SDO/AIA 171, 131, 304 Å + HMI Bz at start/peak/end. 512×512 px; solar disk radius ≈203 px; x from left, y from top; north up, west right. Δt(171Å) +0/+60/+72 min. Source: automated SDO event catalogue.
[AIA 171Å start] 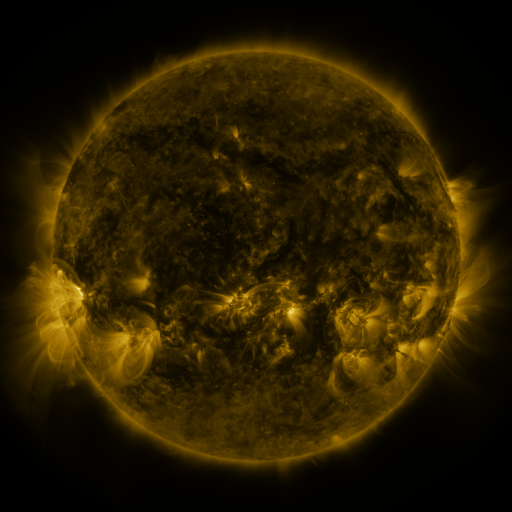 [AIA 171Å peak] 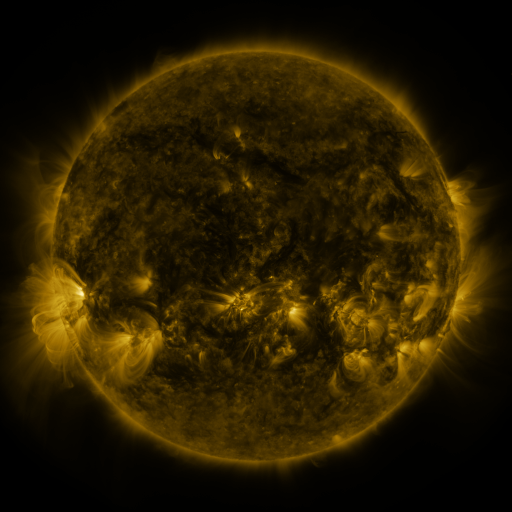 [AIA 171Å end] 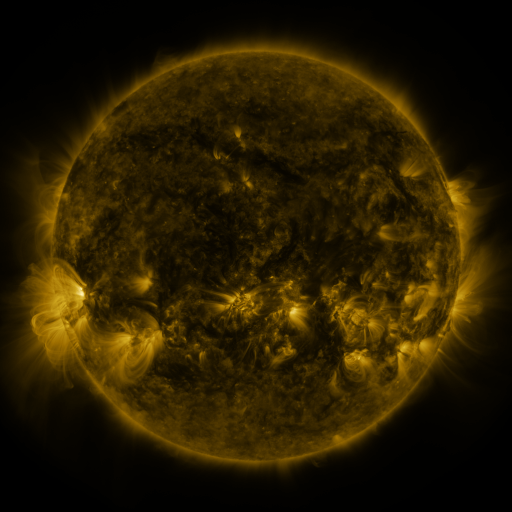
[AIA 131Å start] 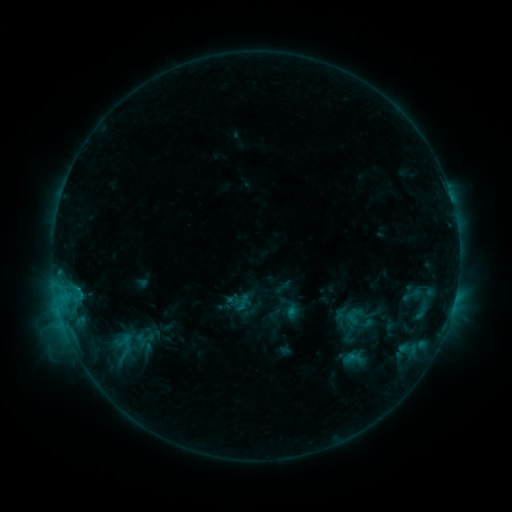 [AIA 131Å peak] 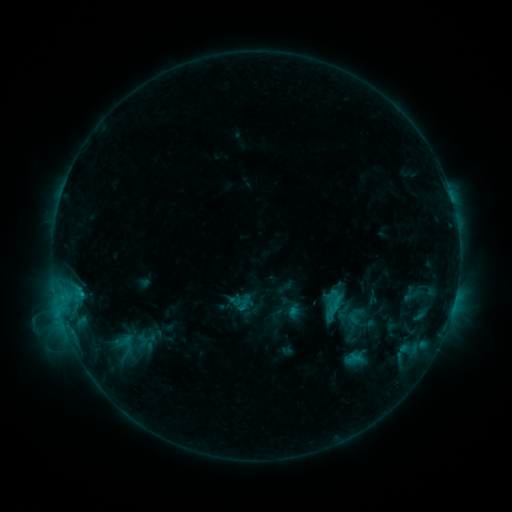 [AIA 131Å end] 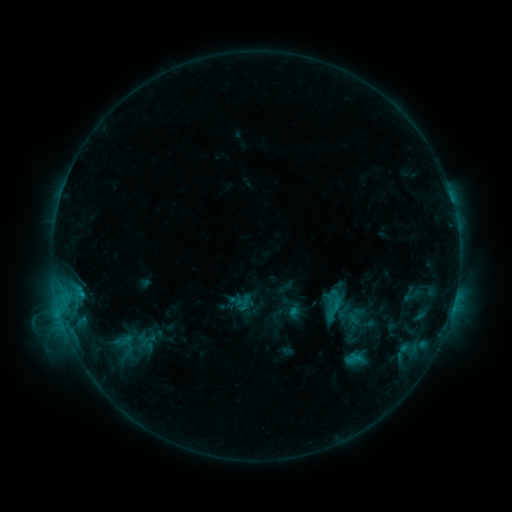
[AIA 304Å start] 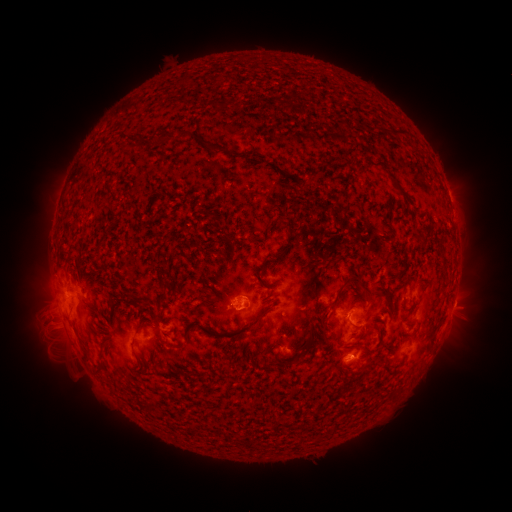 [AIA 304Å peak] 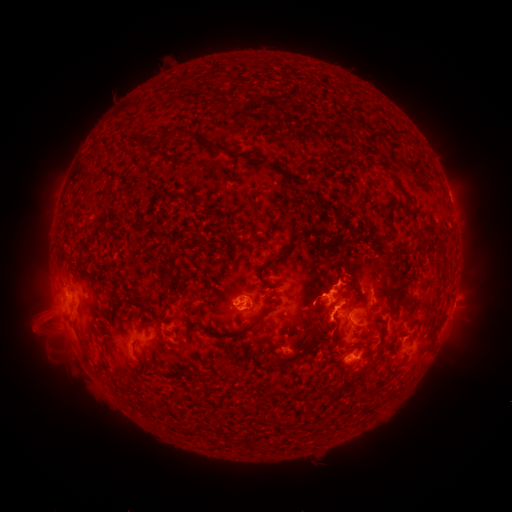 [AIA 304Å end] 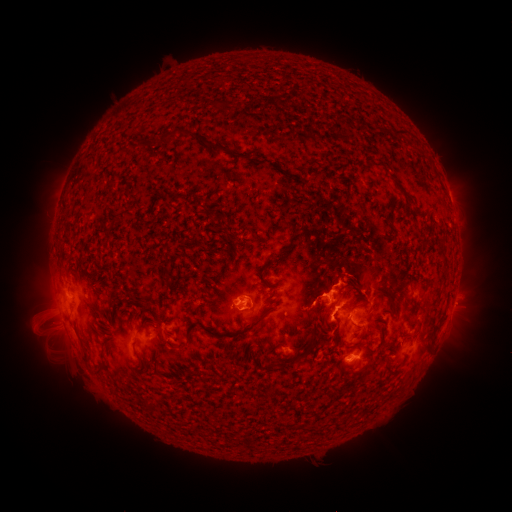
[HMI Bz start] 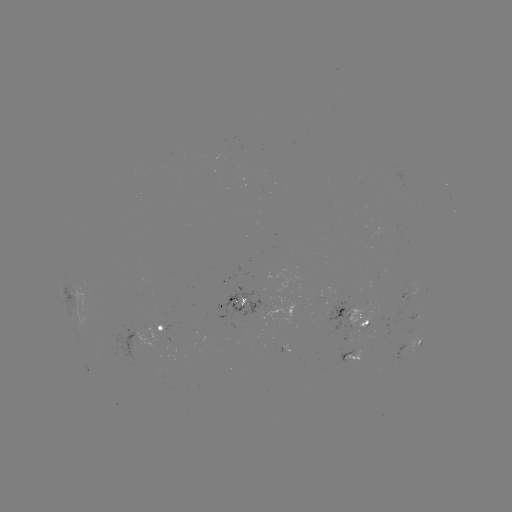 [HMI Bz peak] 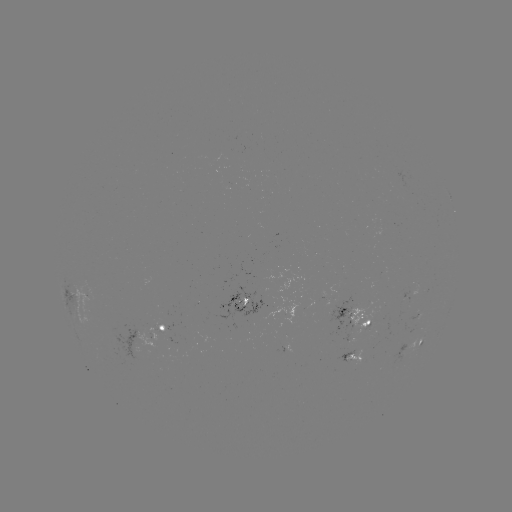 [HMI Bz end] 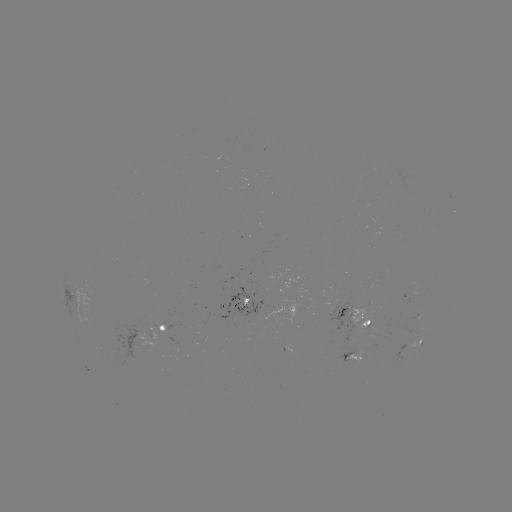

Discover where emerging-flux region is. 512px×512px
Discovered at [162, 326].